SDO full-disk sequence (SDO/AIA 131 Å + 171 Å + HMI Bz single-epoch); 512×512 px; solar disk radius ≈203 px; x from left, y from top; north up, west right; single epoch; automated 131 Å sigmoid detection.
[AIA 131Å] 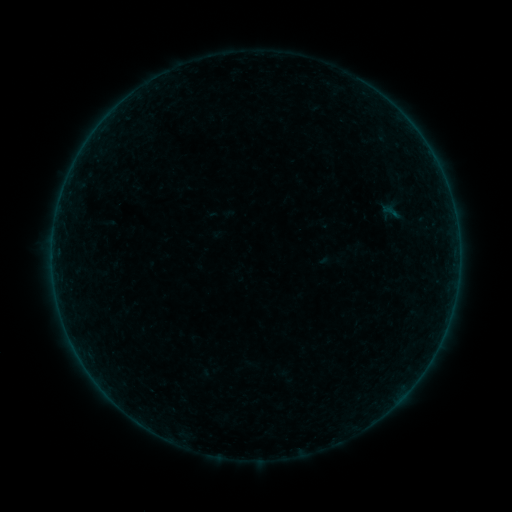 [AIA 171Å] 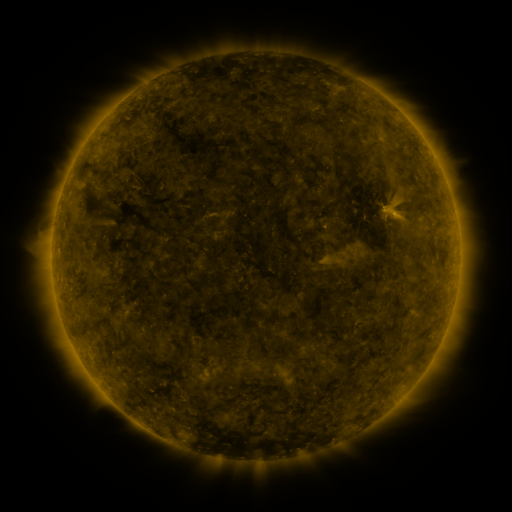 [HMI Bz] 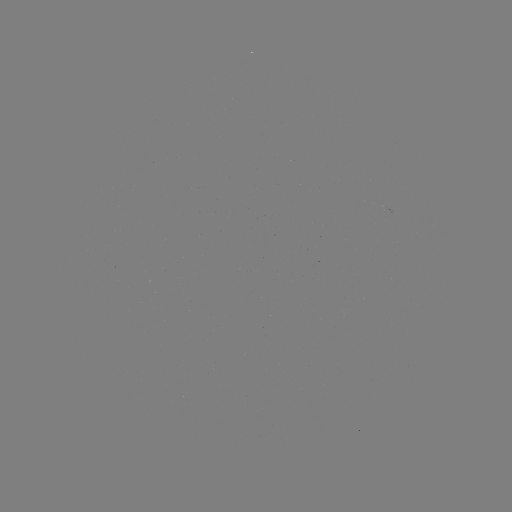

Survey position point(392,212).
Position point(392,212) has sigmoid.